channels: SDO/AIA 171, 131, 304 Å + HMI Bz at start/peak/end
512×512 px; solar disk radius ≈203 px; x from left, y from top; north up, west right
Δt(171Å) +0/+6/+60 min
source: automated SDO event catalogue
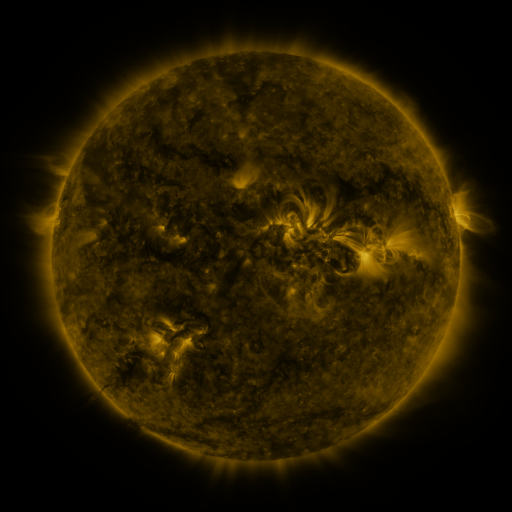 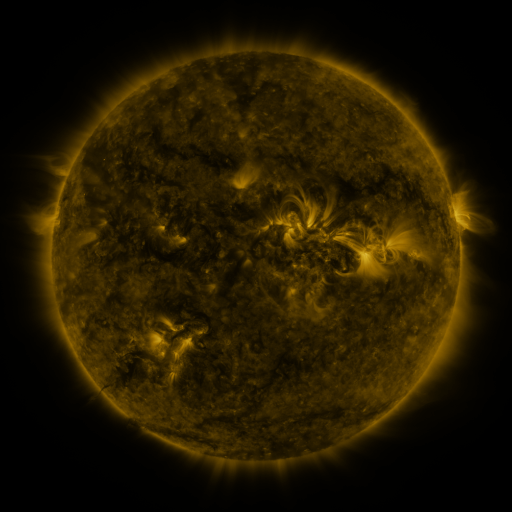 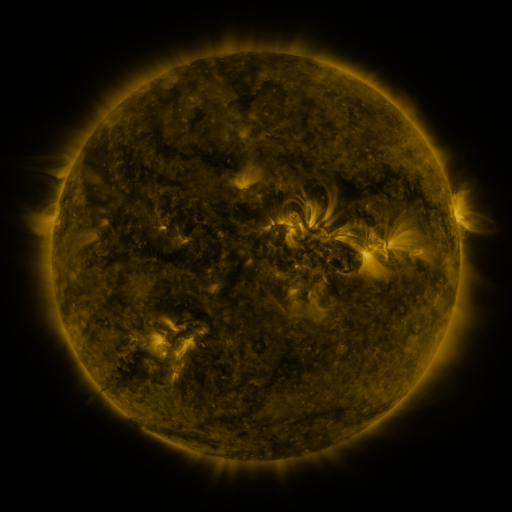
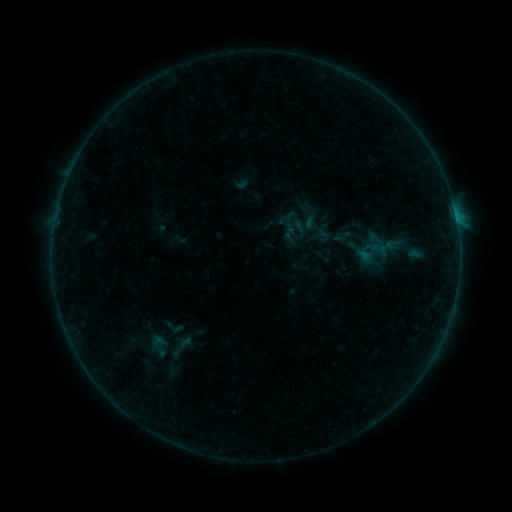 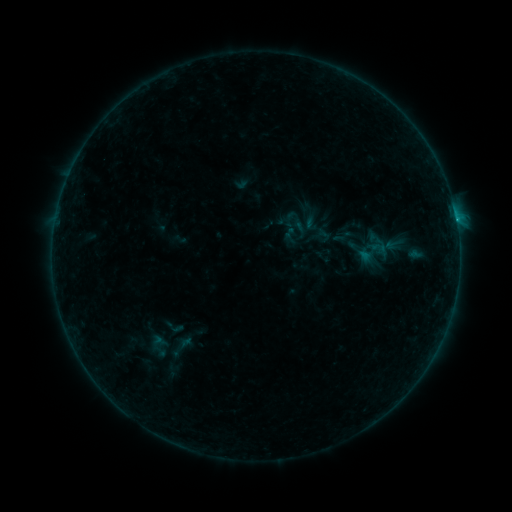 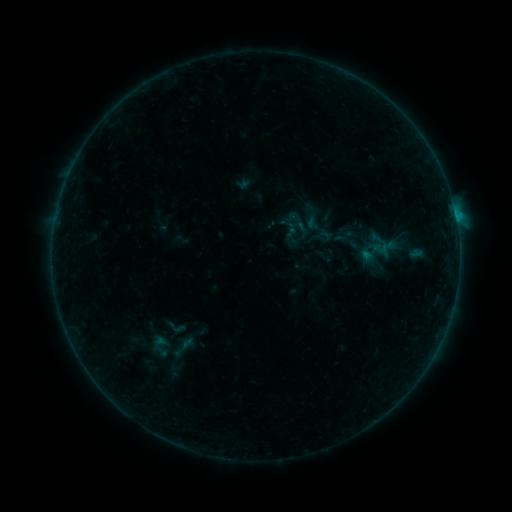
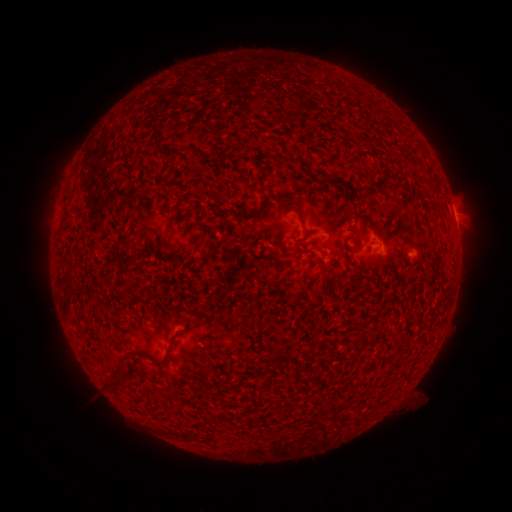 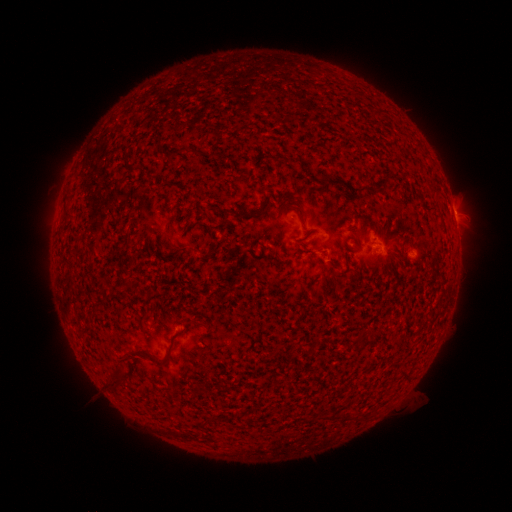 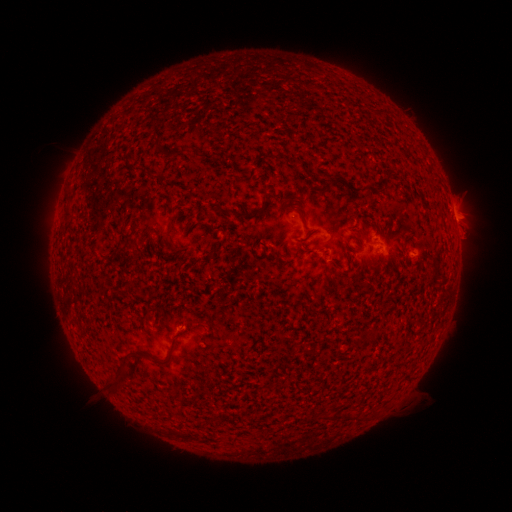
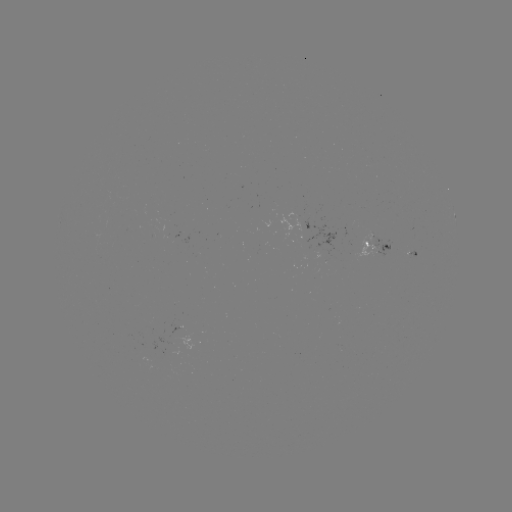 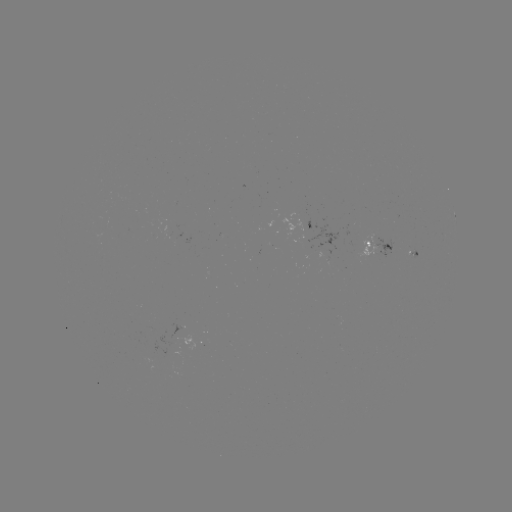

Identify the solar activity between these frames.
B4.7 flare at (455, 221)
